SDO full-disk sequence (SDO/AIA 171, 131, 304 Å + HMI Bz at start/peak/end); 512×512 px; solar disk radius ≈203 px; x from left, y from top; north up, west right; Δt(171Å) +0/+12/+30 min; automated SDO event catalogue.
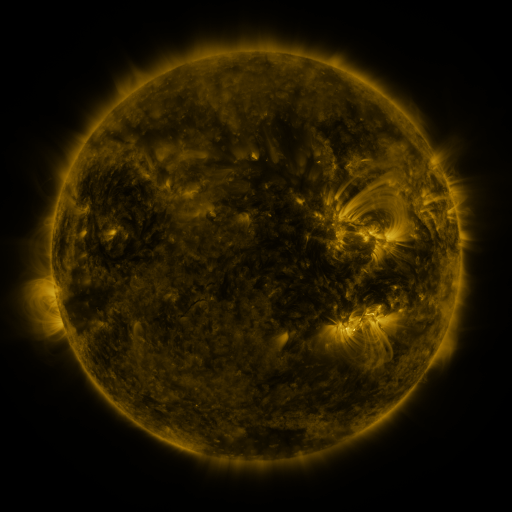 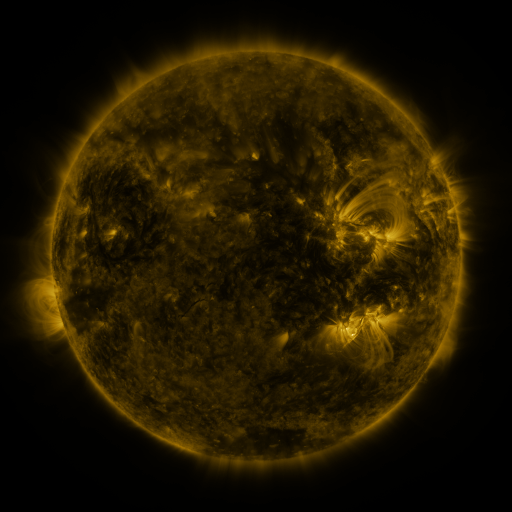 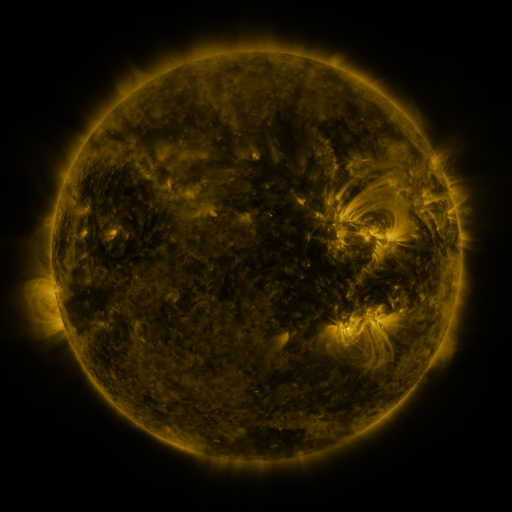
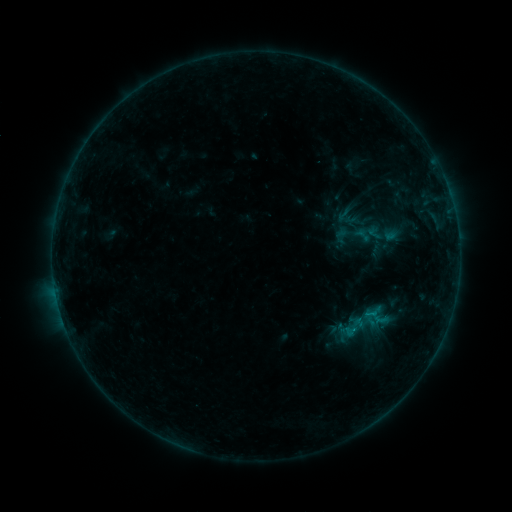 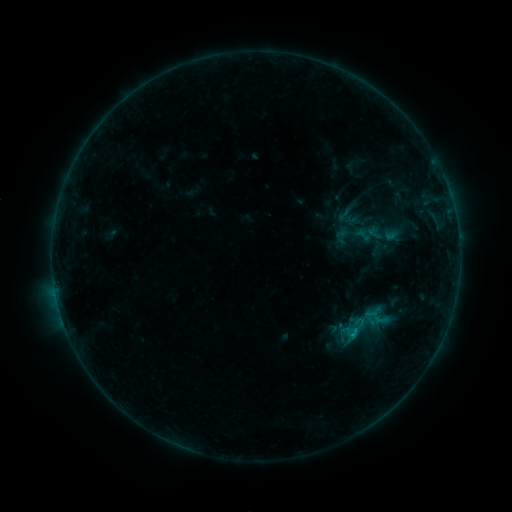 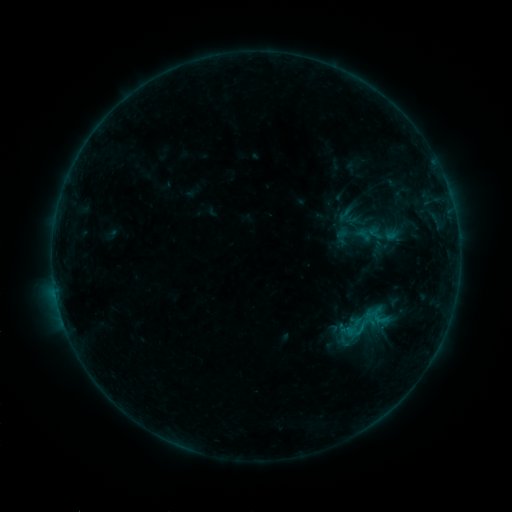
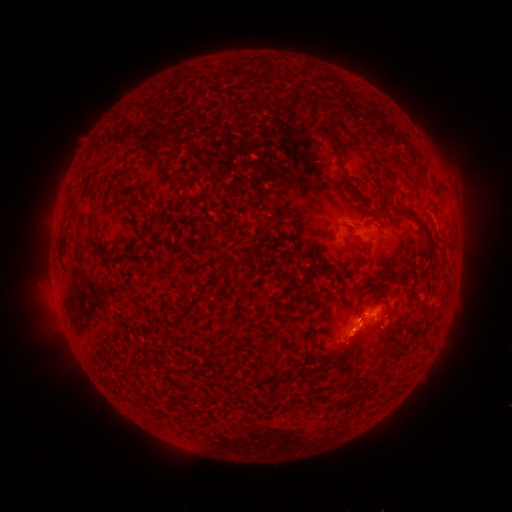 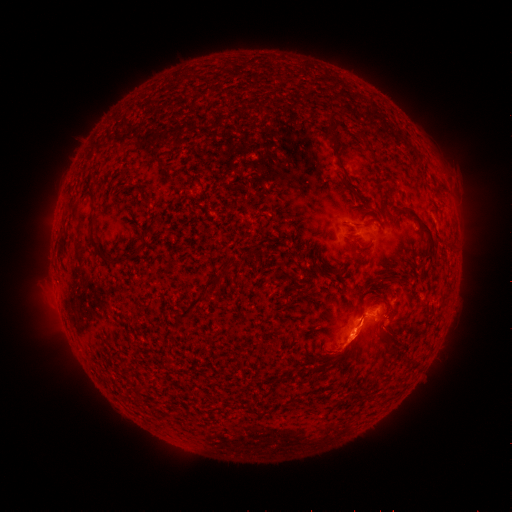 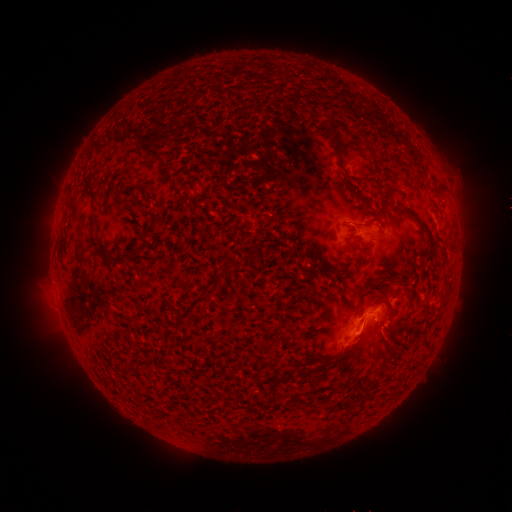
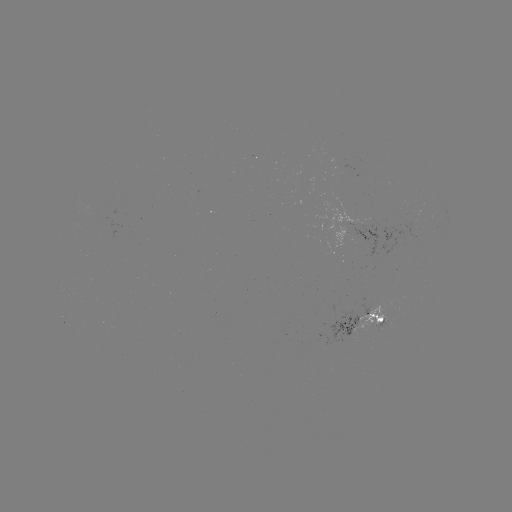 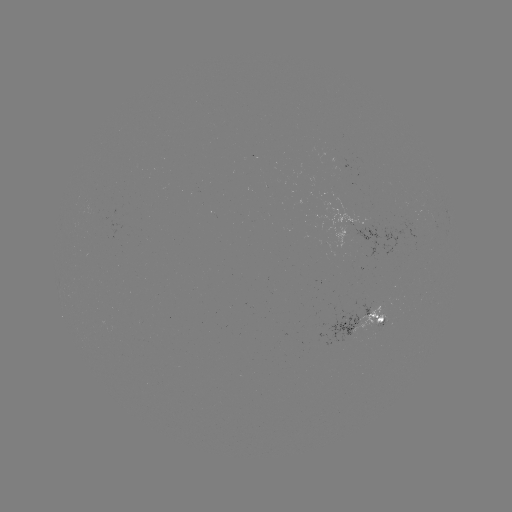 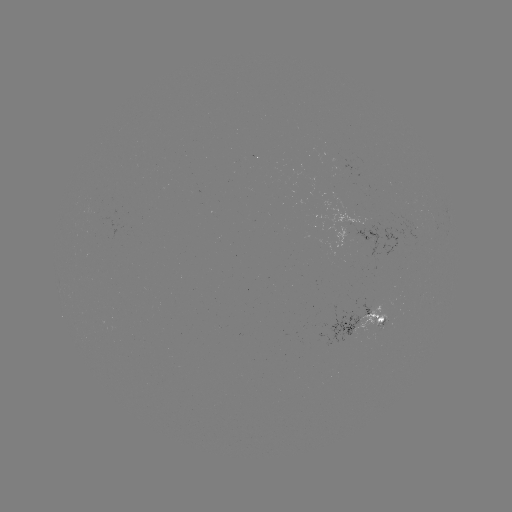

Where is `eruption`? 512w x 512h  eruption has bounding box [313, 309, 409, 371].